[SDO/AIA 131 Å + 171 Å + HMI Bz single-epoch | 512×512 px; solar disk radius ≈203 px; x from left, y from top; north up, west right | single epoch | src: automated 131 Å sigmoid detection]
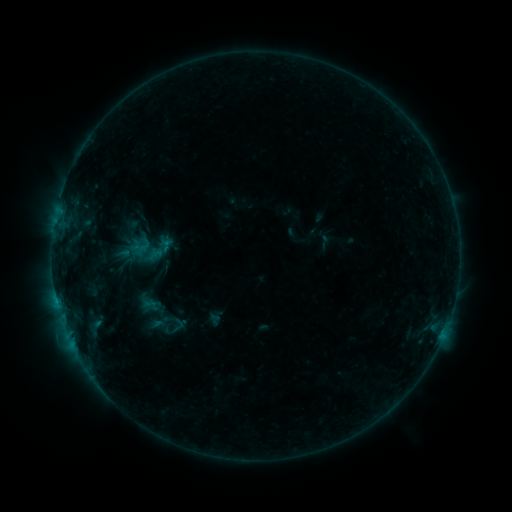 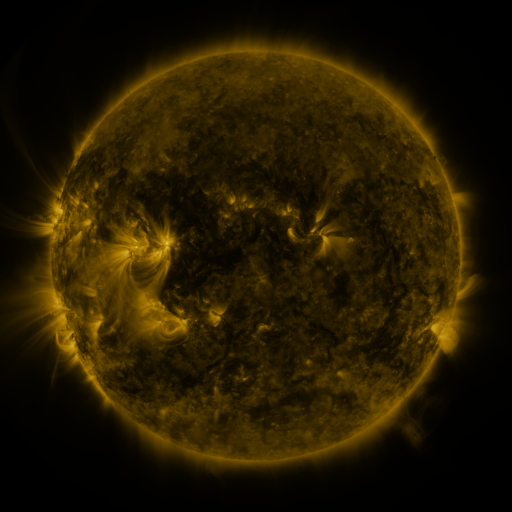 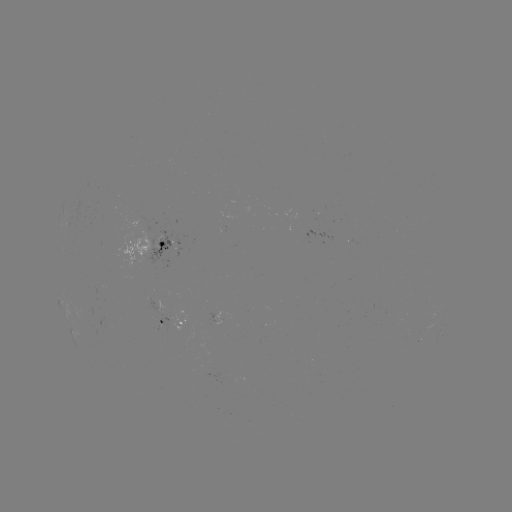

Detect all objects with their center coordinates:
sigmoid: [144, 230, 178, 267]
